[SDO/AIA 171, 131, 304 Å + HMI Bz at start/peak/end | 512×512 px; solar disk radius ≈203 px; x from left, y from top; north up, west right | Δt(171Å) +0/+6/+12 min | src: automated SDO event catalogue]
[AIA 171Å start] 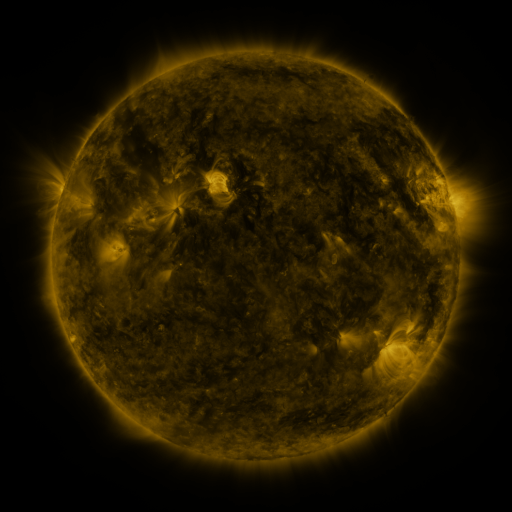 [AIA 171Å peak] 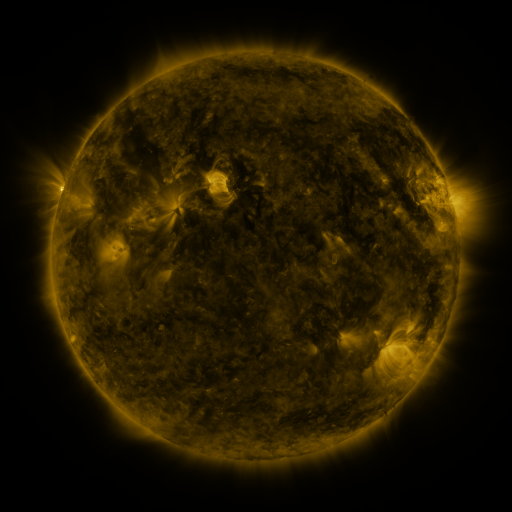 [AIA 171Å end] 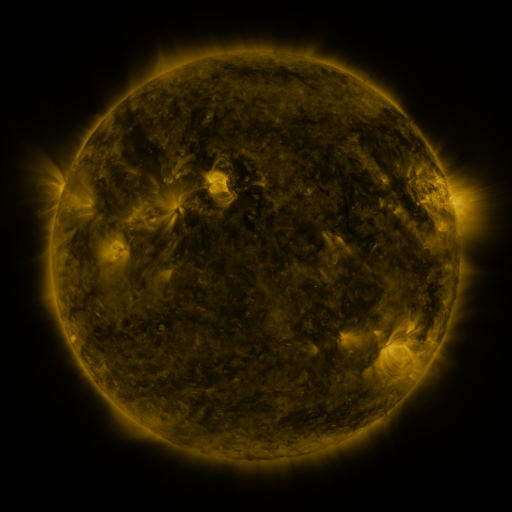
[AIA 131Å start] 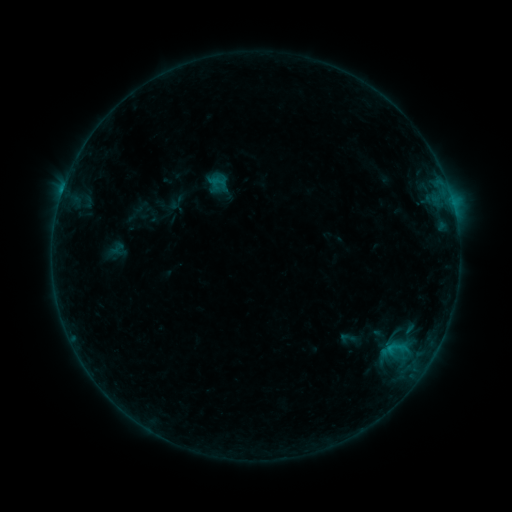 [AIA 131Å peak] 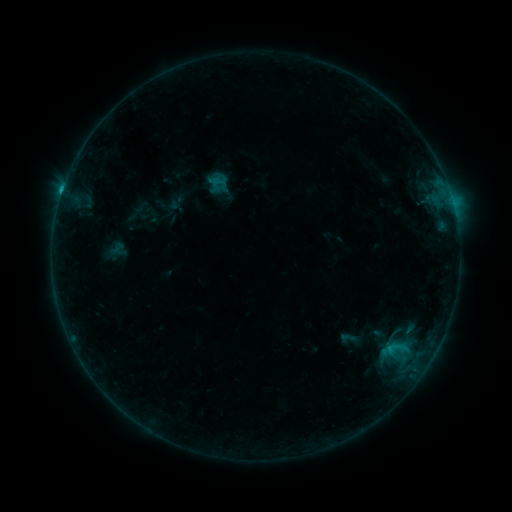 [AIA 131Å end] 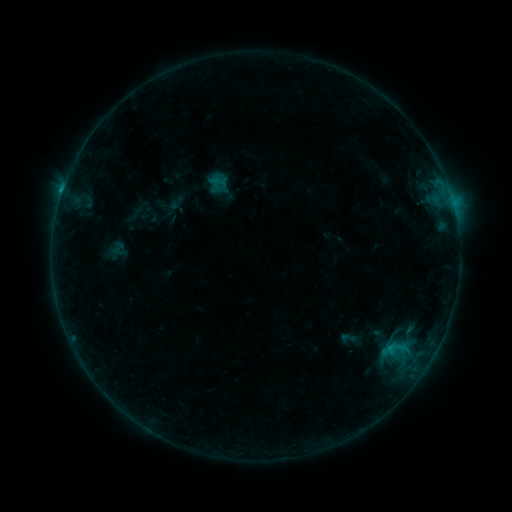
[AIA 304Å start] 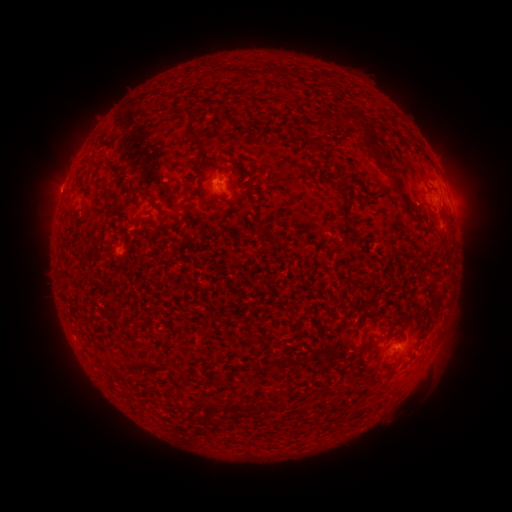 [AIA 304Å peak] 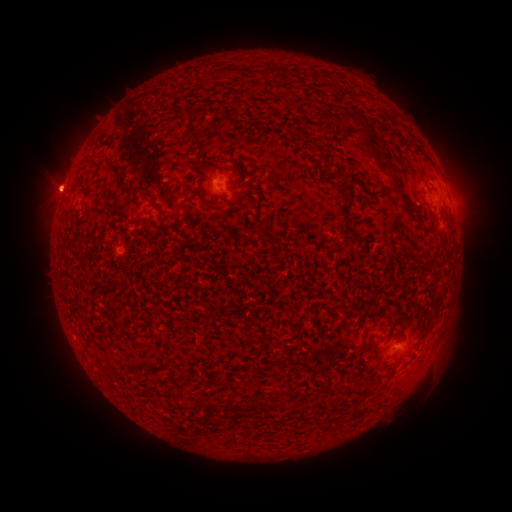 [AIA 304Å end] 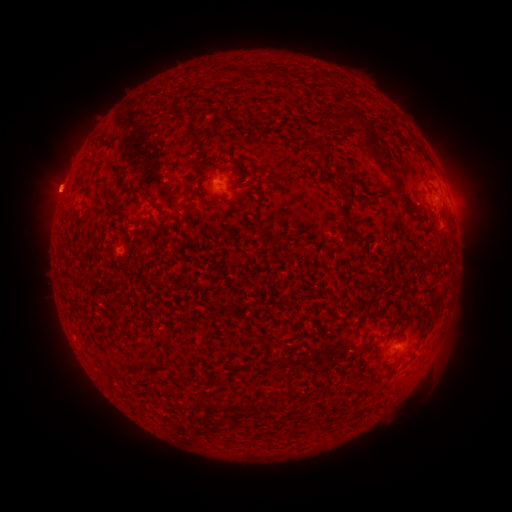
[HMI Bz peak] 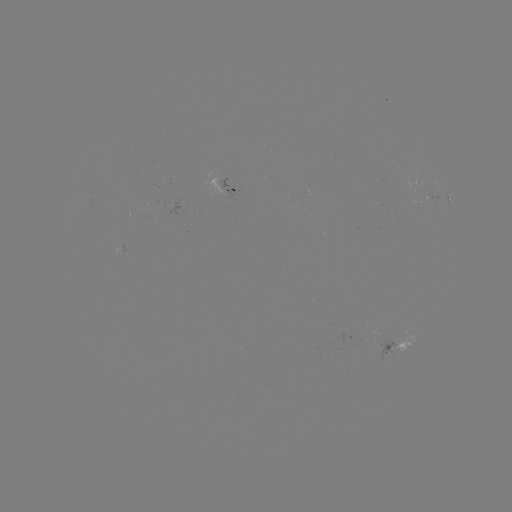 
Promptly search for B5.4 flare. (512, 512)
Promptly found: [63, 190].